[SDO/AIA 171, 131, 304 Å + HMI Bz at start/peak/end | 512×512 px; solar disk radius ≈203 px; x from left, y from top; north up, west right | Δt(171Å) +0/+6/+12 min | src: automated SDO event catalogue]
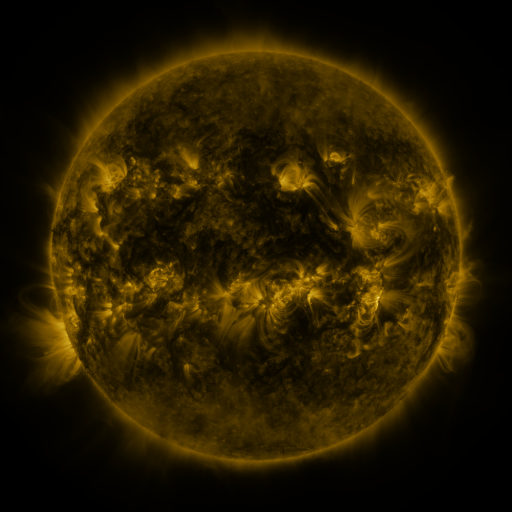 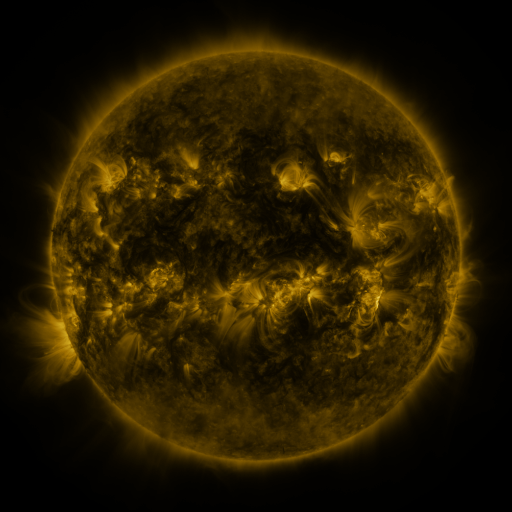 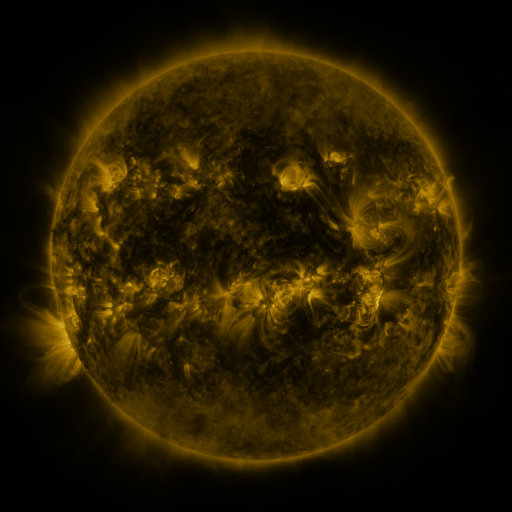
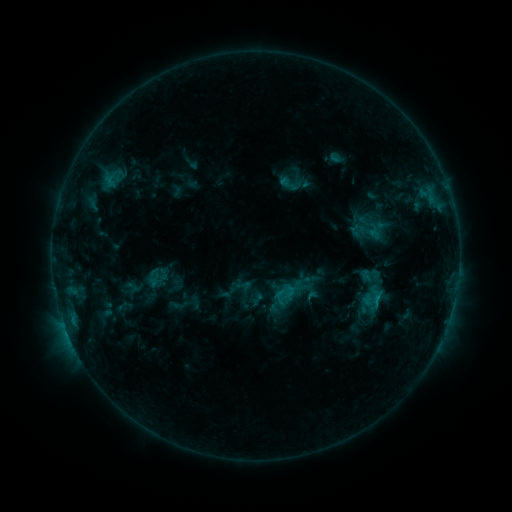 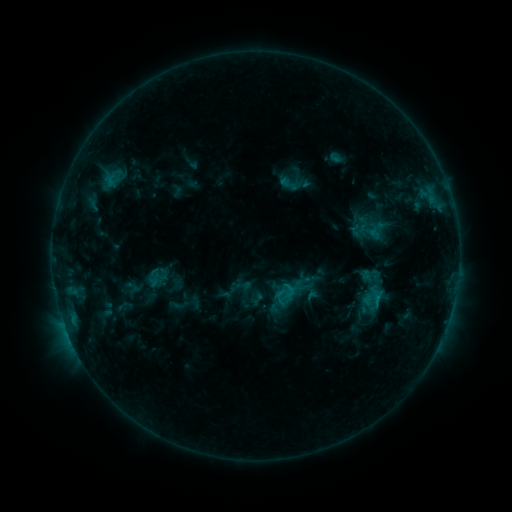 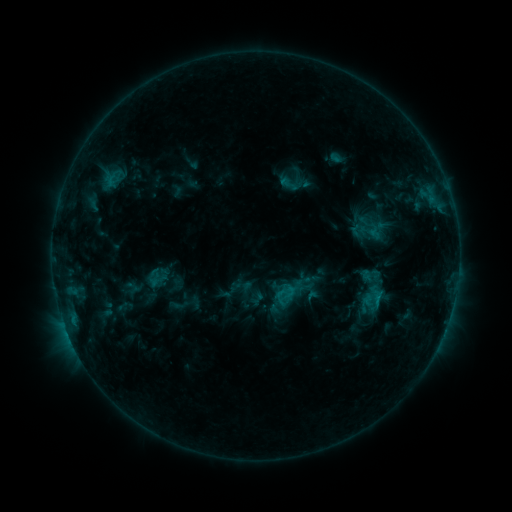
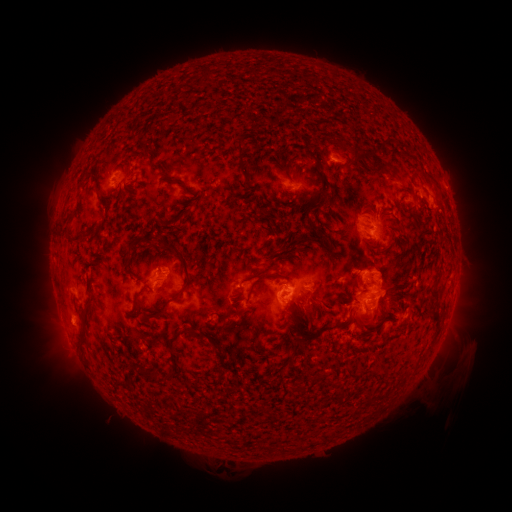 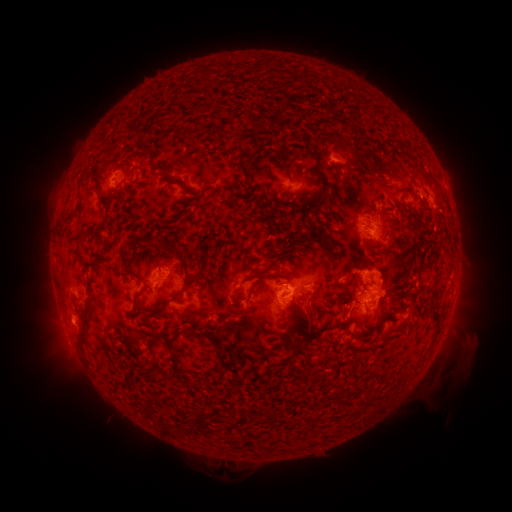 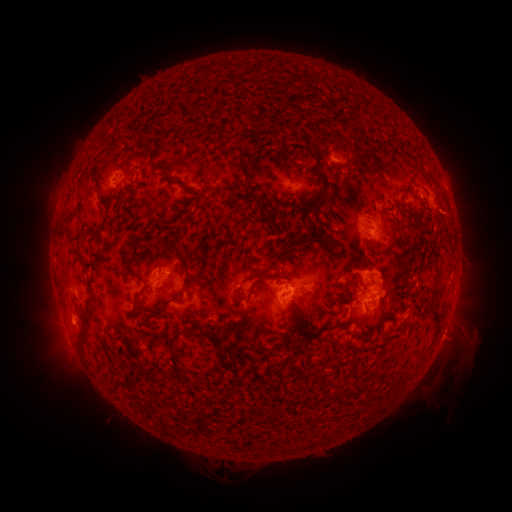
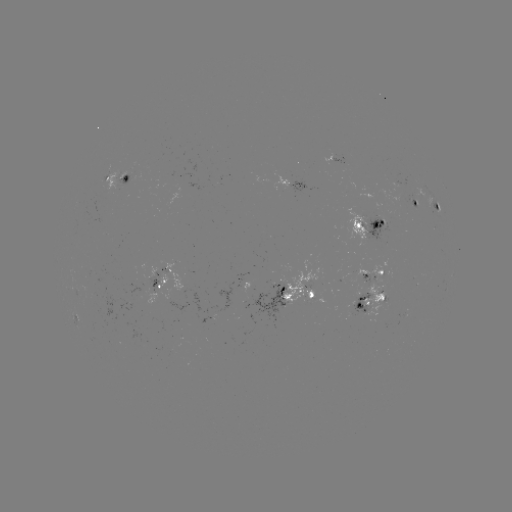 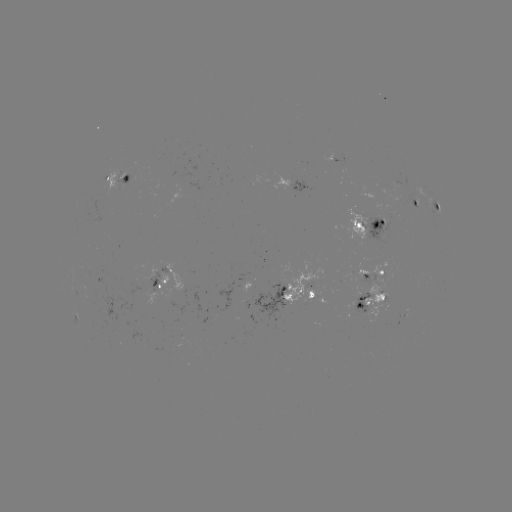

no flare in any classed list; no EUV-trigger detection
